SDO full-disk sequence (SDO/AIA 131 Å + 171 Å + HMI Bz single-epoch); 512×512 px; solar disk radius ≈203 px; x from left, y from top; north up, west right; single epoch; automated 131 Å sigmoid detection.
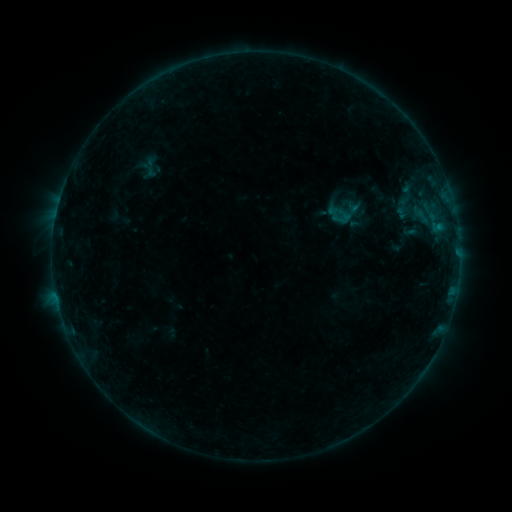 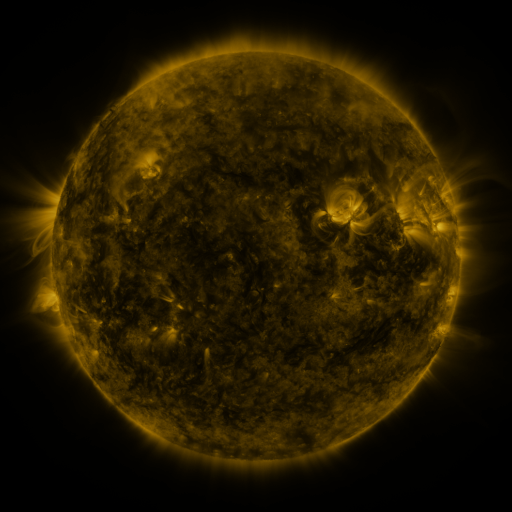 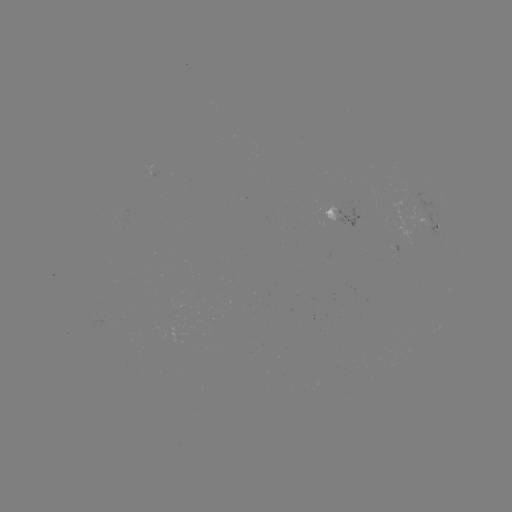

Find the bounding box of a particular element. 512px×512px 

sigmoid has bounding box [141, 157, 160, 178].